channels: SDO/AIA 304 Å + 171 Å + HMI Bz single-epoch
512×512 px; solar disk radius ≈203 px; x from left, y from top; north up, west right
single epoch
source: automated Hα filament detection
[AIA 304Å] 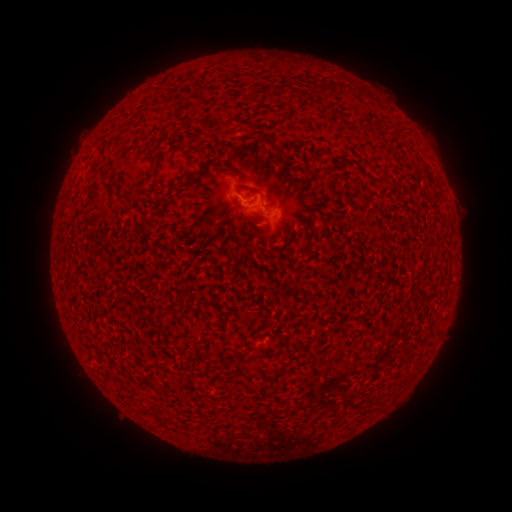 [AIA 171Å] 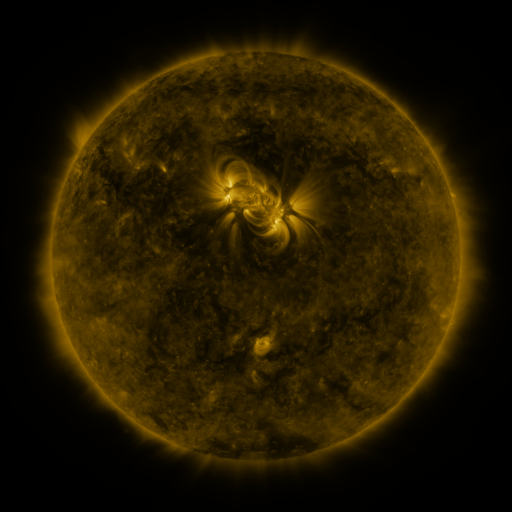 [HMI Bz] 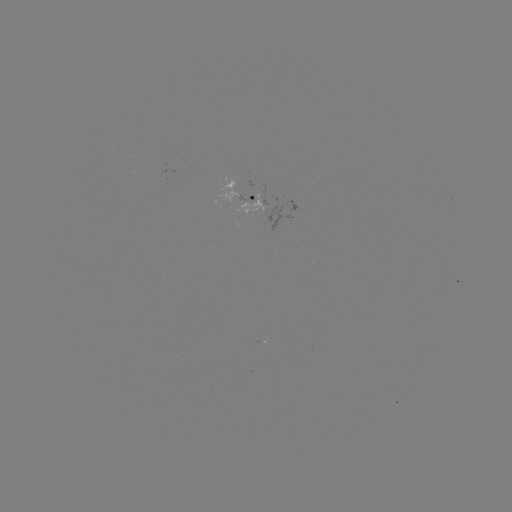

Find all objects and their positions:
filament: [279, 81, 294, 92]
filament: [329, 81, 340, 95]
filament: [148, 144, 158, 162]
filament: [102, 178, 116, 189]
